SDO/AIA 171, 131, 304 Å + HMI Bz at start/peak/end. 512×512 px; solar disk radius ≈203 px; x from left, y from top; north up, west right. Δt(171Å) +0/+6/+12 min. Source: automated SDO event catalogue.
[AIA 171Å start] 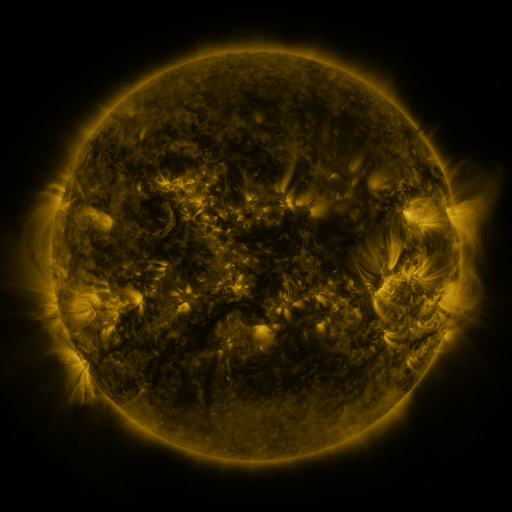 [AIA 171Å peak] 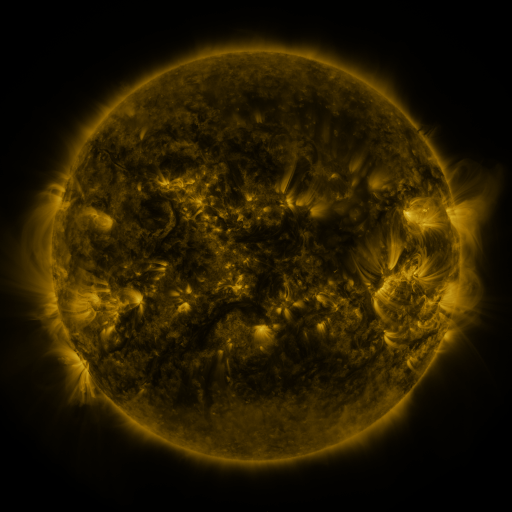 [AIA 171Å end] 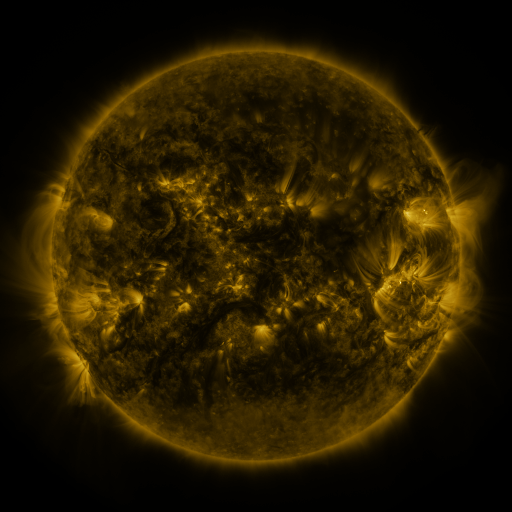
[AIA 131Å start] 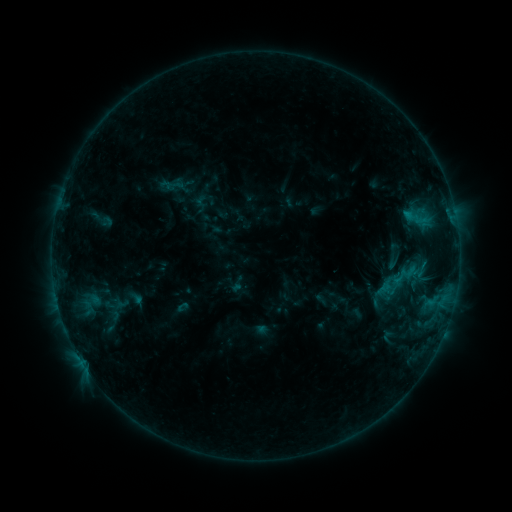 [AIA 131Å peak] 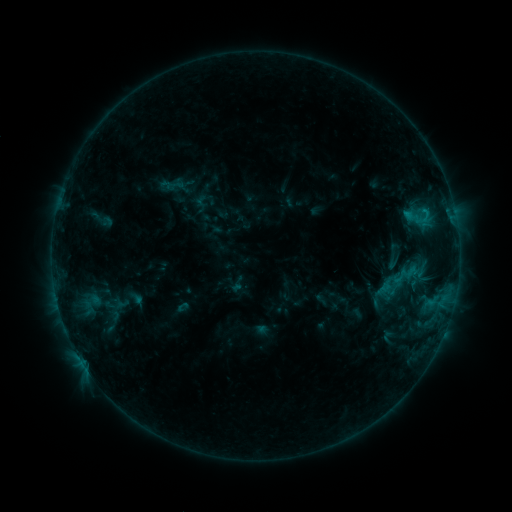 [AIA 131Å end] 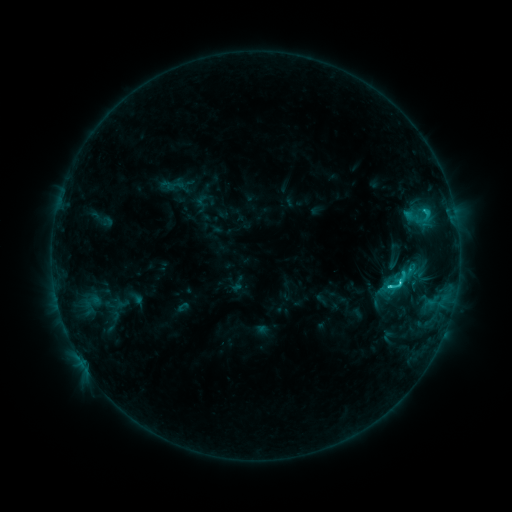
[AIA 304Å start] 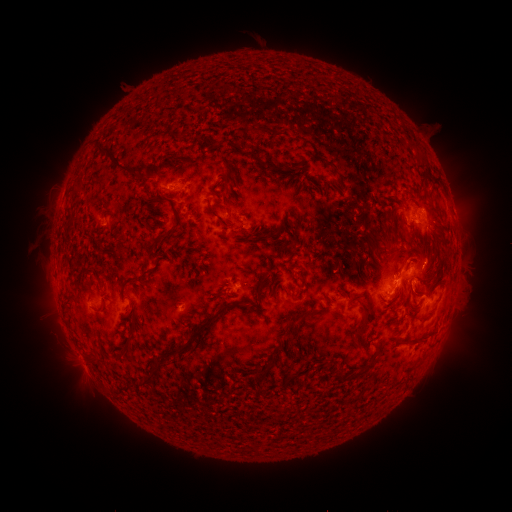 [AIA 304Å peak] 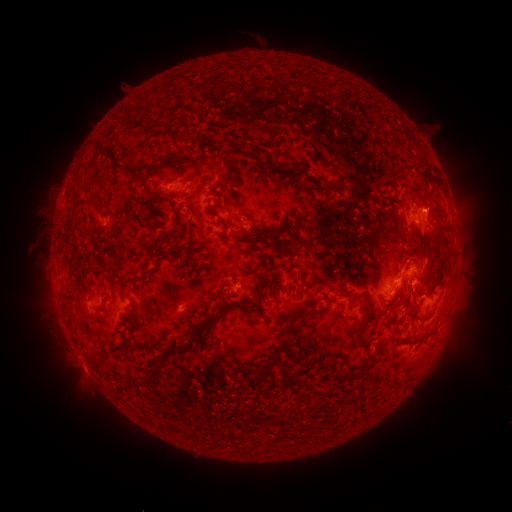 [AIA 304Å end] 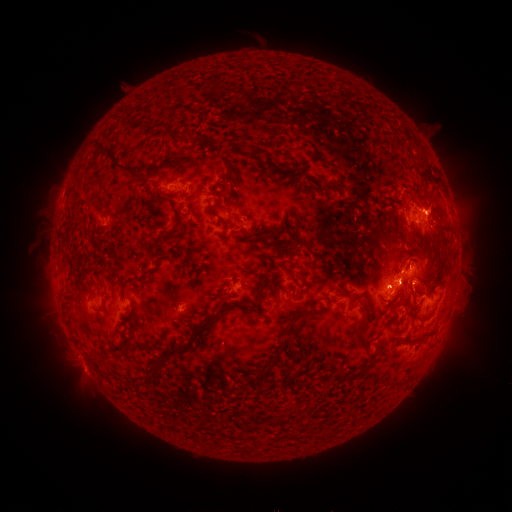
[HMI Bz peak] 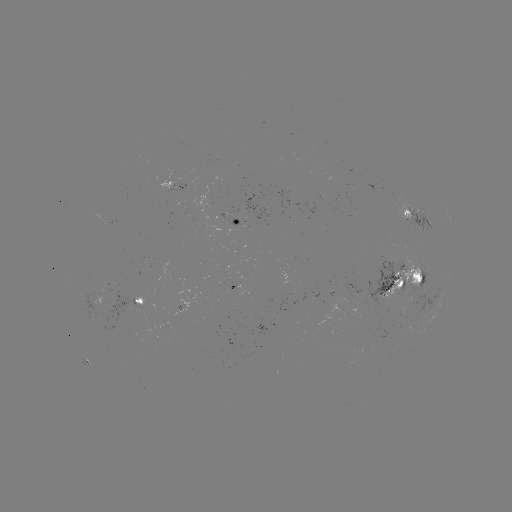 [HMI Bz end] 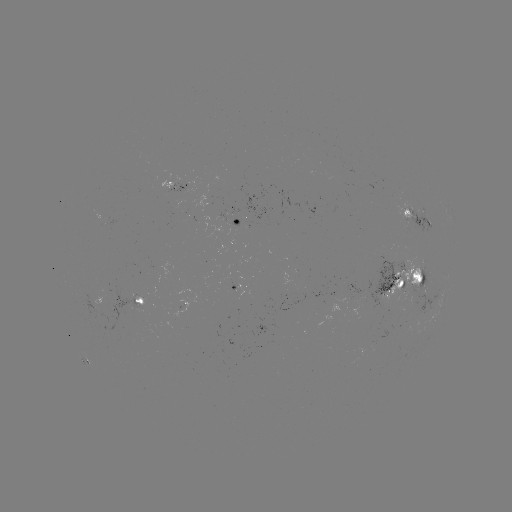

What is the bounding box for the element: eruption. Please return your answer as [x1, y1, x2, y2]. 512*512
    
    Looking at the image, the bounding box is [349, 188, 487, 394].